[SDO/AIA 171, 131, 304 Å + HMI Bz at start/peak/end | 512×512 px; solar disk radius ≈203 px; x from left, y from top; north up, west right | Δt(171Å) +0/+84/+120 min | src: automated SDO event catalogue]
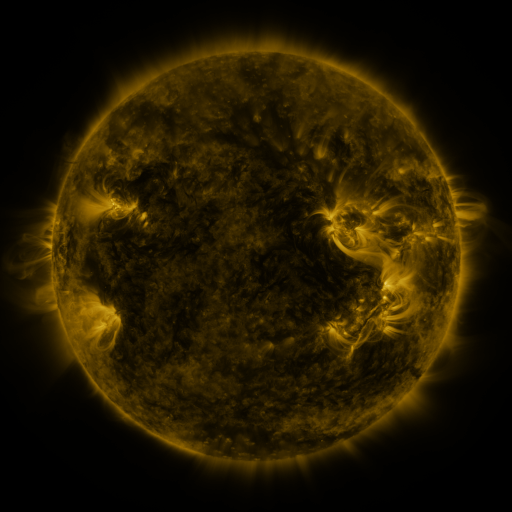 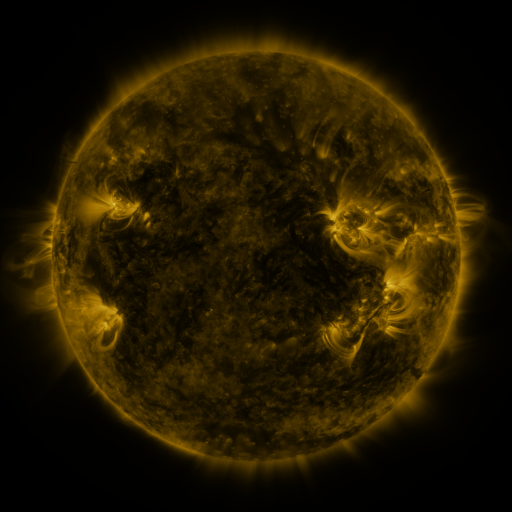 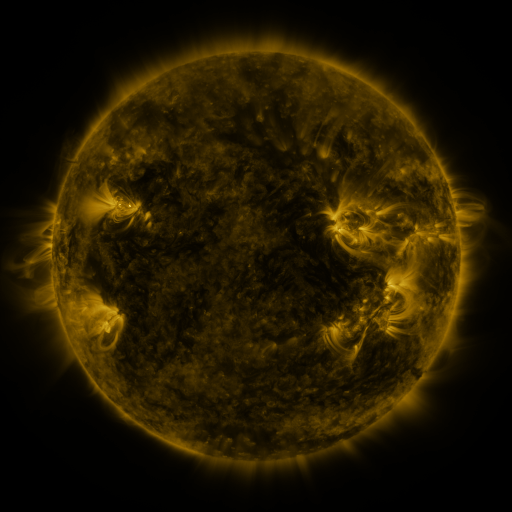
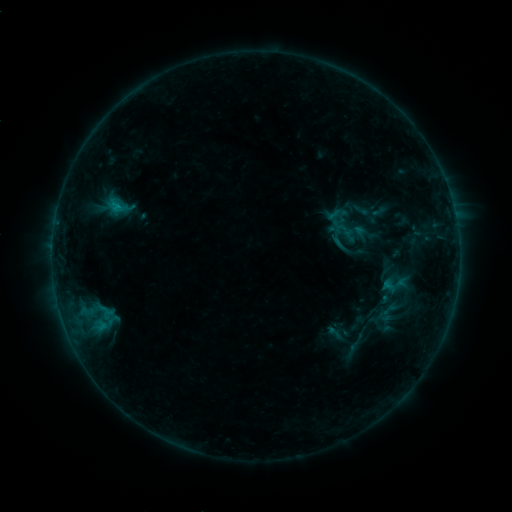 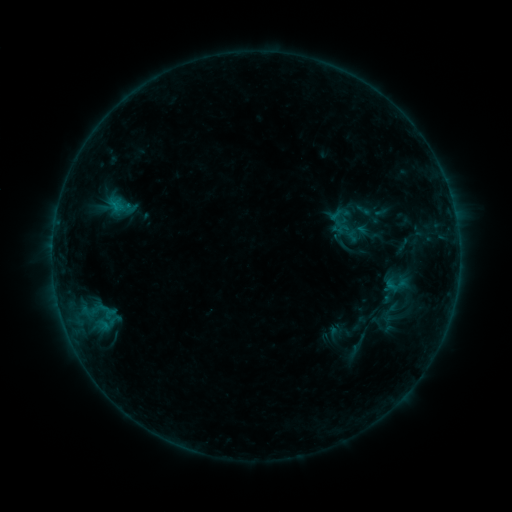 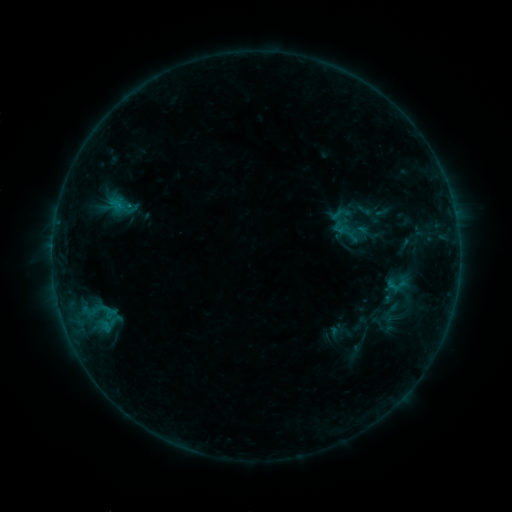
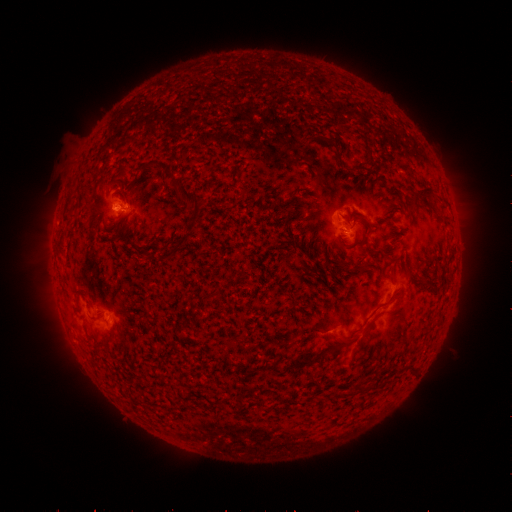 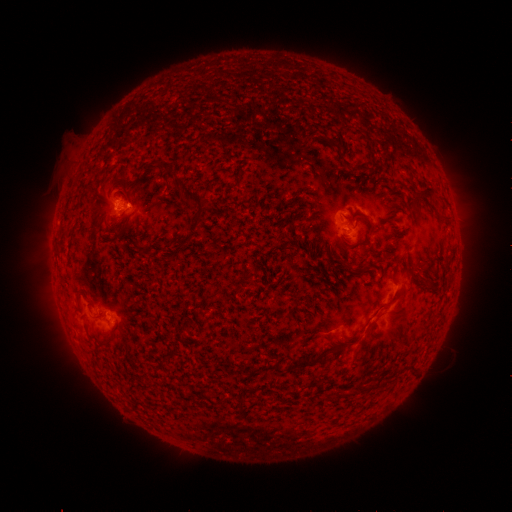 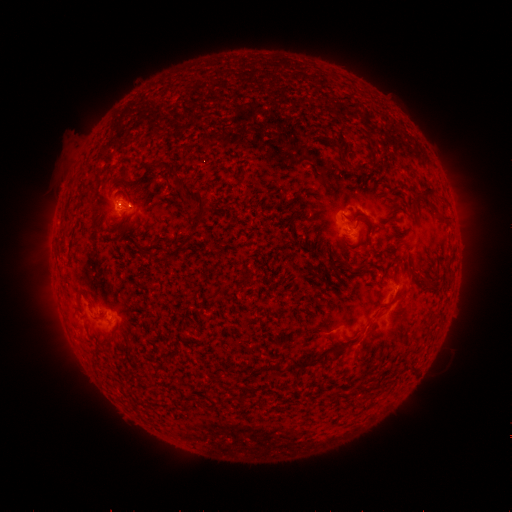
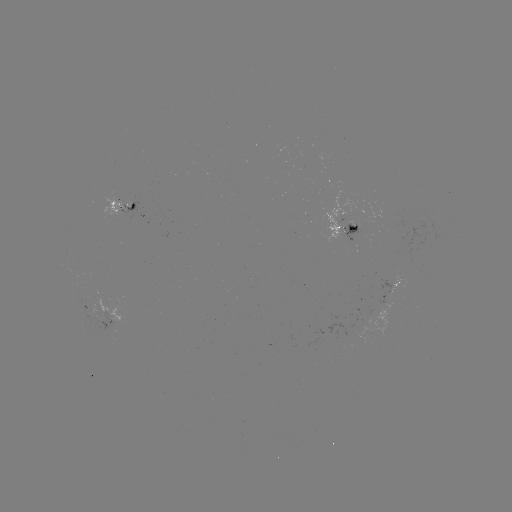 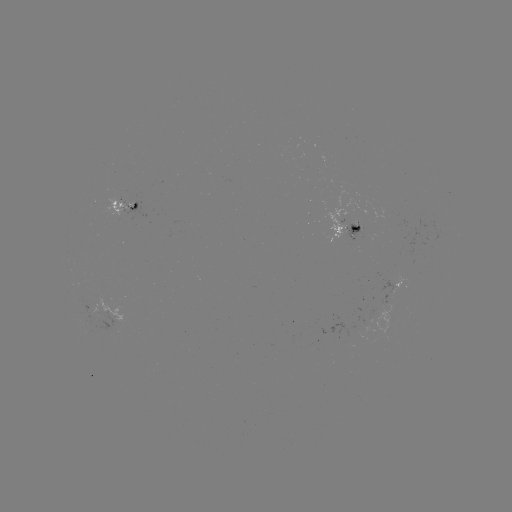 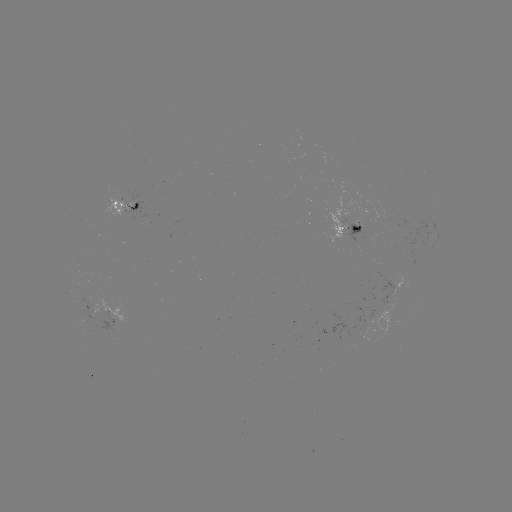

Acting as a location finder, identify emerging-flux region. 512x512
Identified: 118,203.